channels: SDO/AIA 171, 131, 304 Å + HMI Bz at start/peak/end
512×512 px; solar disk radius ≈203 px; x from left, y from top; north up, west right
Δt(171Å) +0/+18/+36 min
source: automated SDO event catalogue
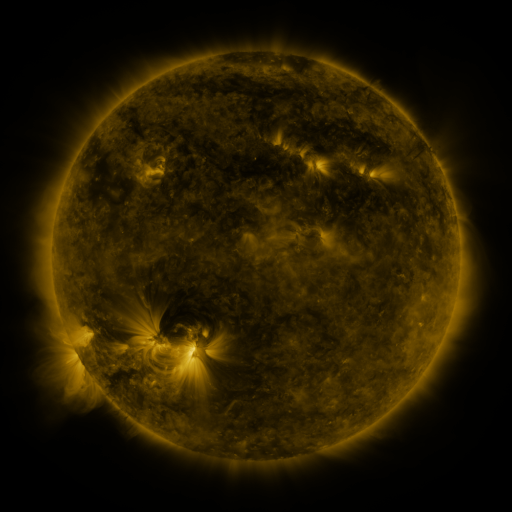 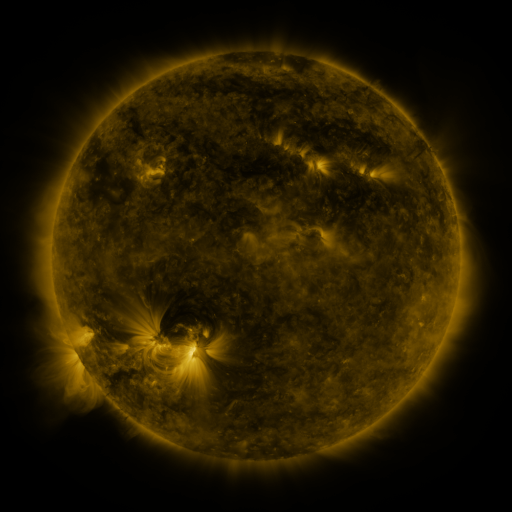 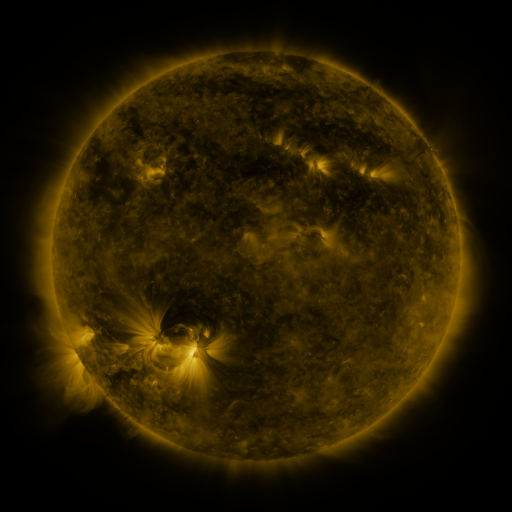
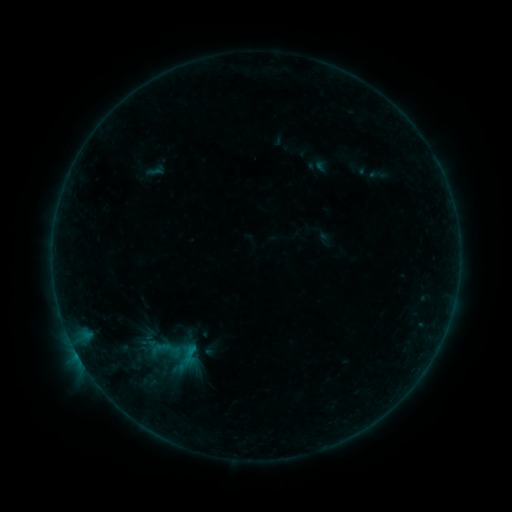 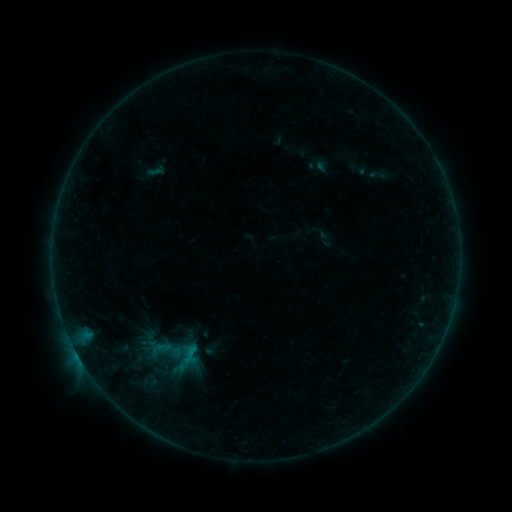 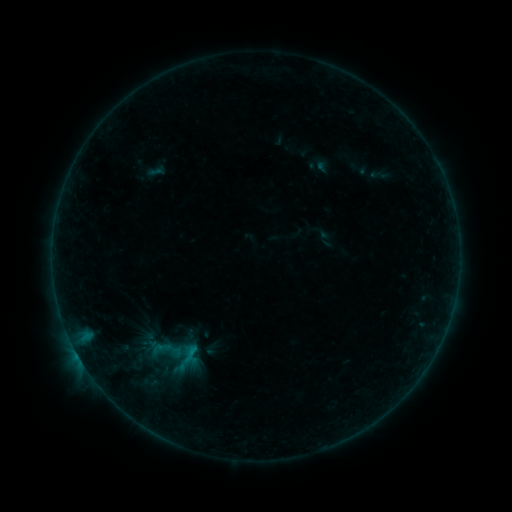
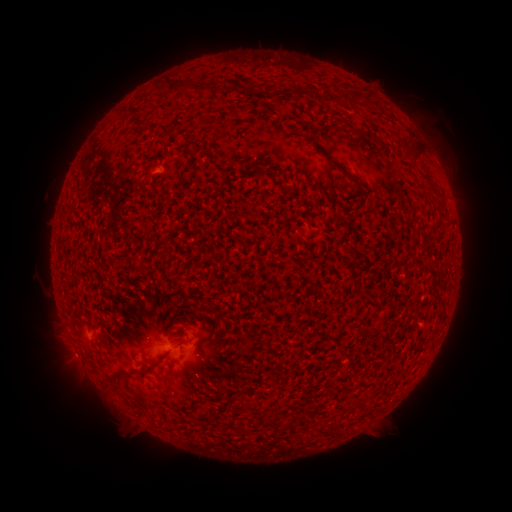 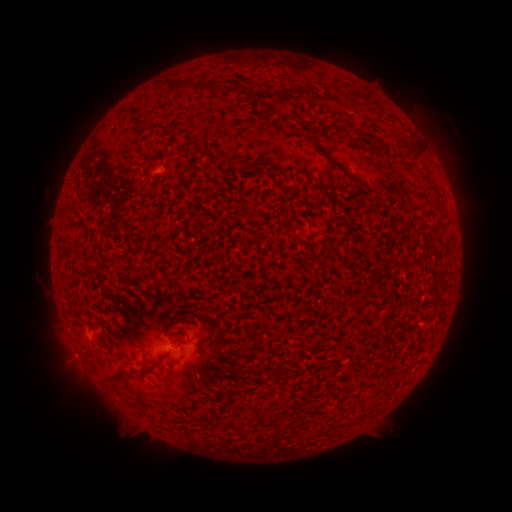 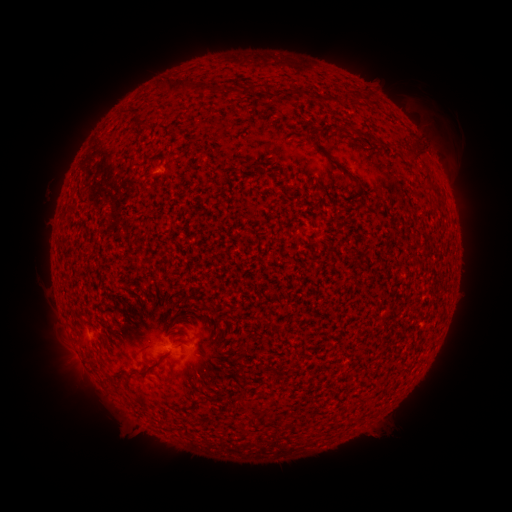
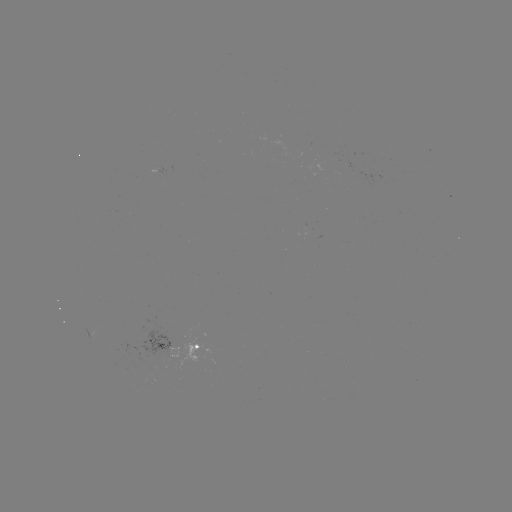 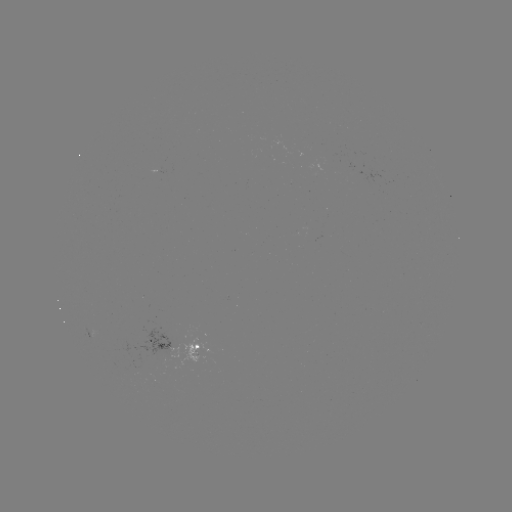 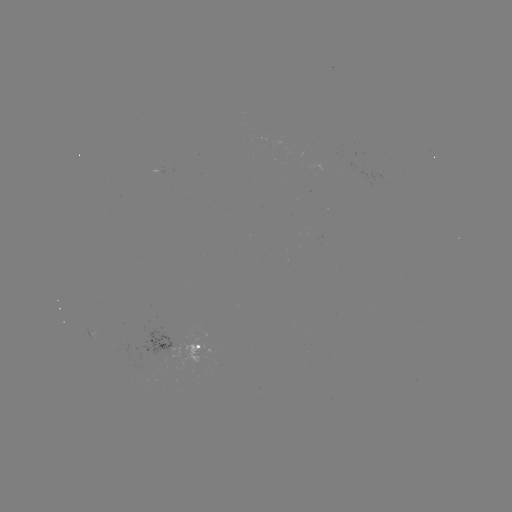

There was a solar eruption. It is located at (434, 122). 